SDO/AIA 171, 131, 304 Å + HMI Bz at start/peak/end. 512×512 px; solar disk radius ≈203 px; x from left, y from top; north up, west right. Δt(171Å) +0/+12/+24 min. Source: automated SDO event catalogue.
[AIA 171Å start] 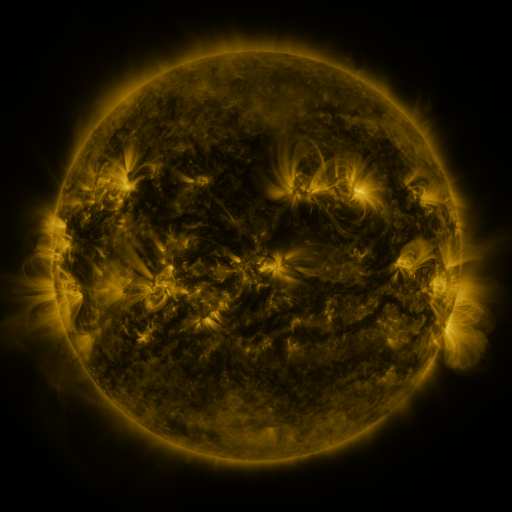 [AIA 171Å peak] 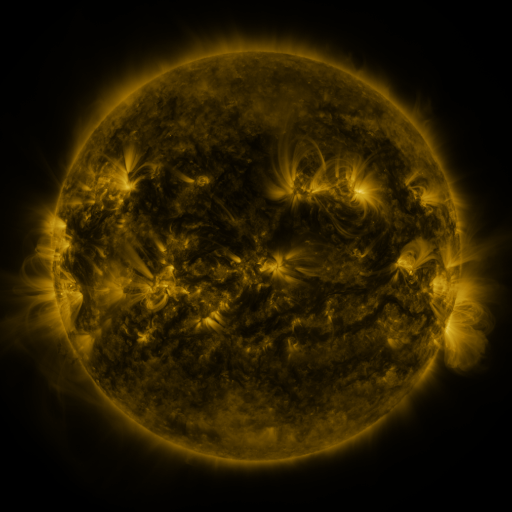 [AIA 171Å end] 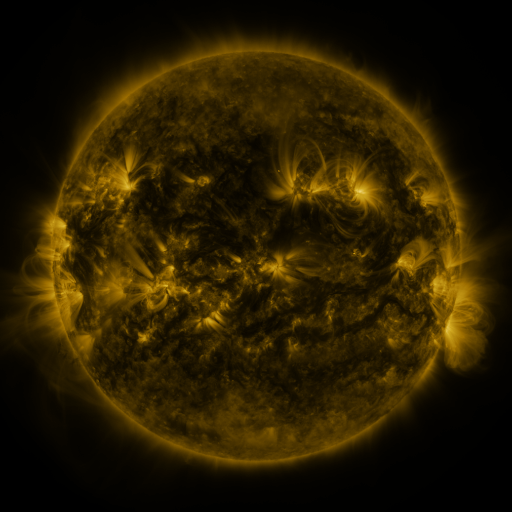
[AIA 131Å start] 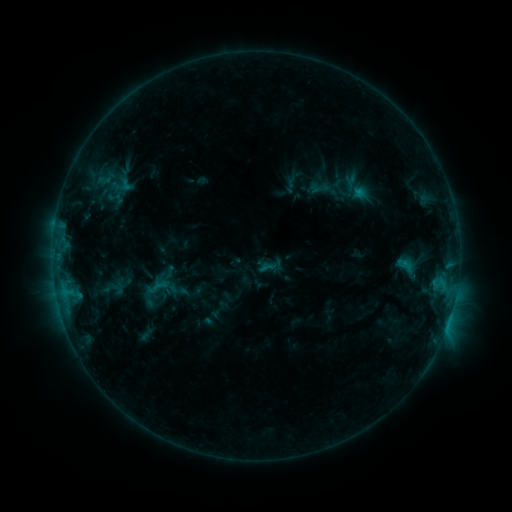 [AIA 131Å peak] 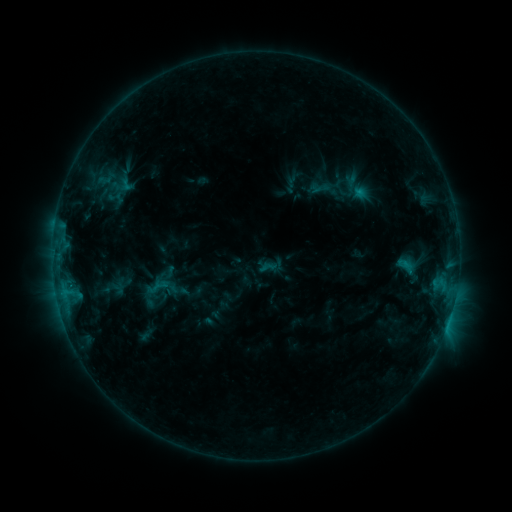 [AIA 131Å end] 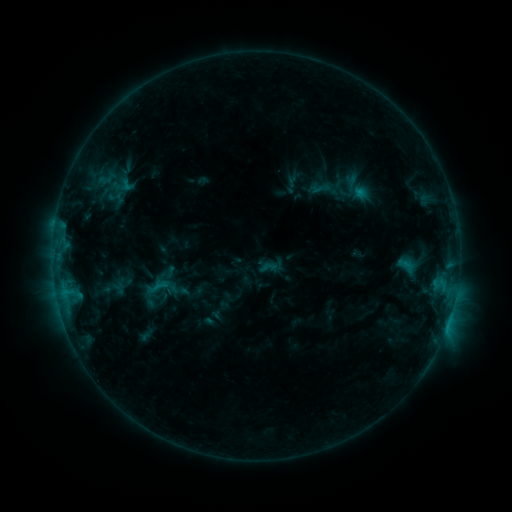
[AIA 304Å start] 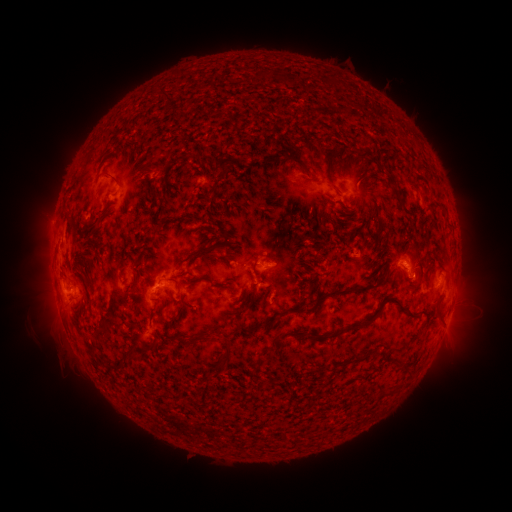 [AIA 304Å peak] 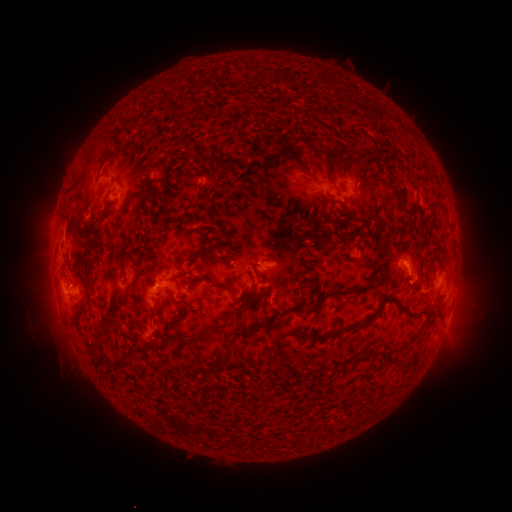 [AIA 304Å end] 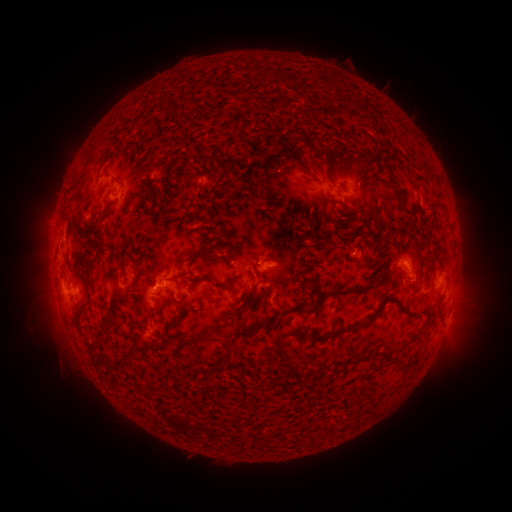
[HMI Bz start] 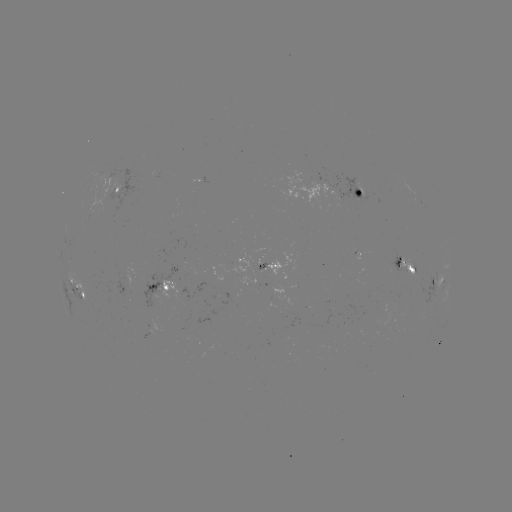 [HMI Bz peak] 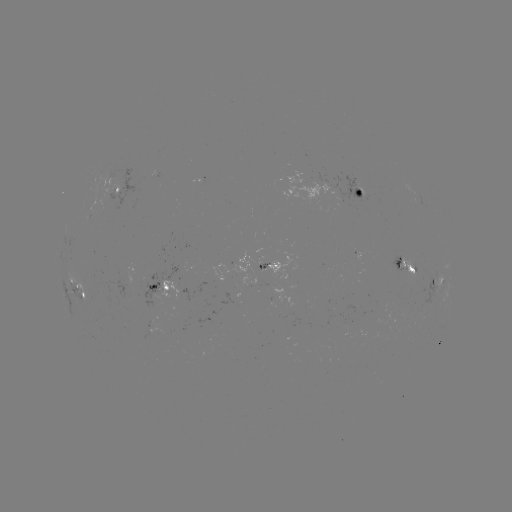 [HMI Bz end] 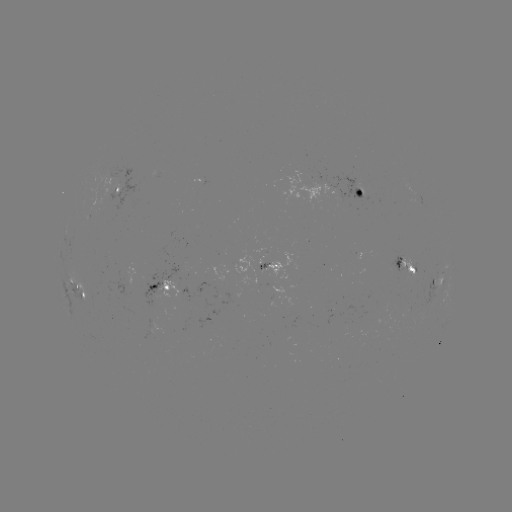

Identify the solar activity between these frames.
no catalogued flare and no flagged EUV brightening in this window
